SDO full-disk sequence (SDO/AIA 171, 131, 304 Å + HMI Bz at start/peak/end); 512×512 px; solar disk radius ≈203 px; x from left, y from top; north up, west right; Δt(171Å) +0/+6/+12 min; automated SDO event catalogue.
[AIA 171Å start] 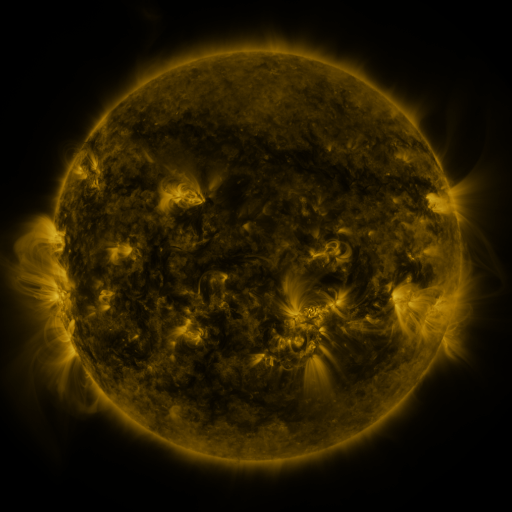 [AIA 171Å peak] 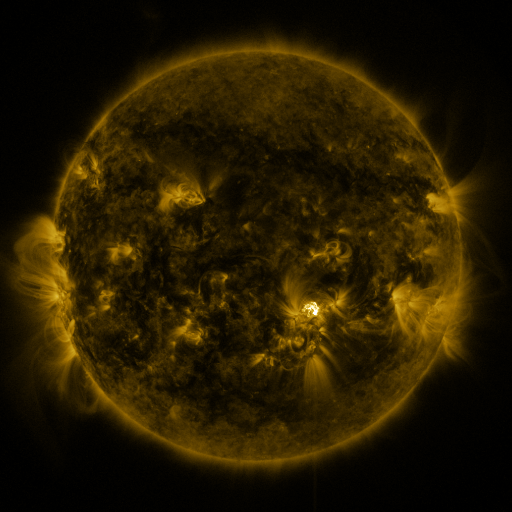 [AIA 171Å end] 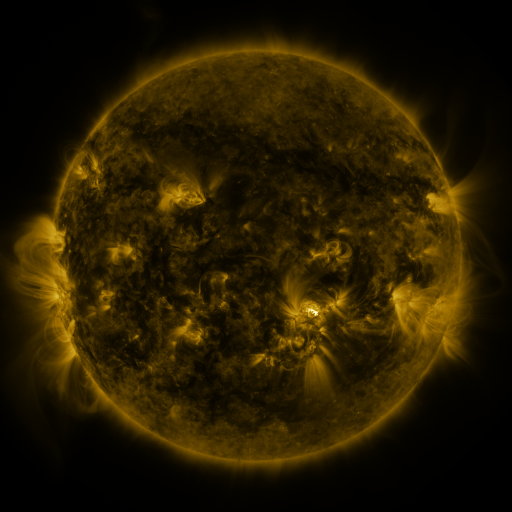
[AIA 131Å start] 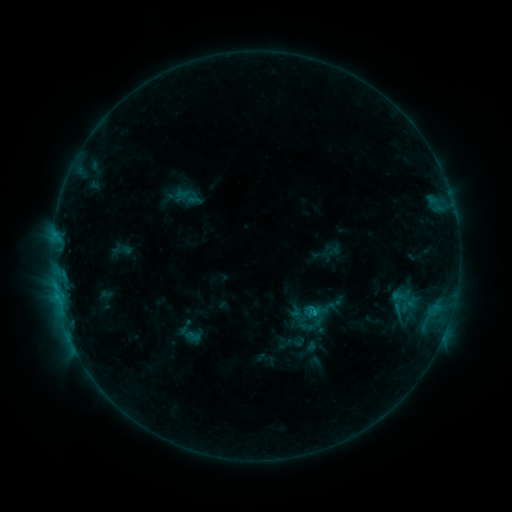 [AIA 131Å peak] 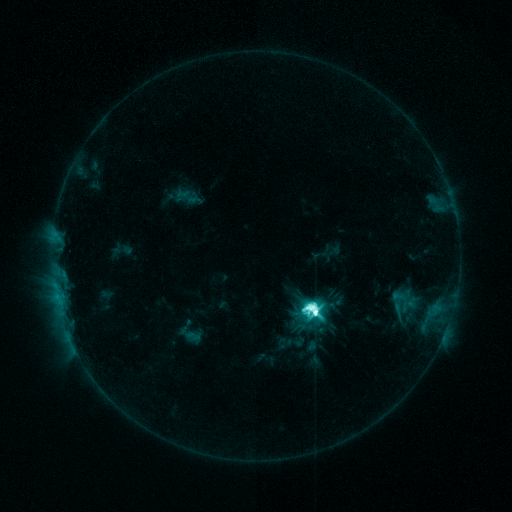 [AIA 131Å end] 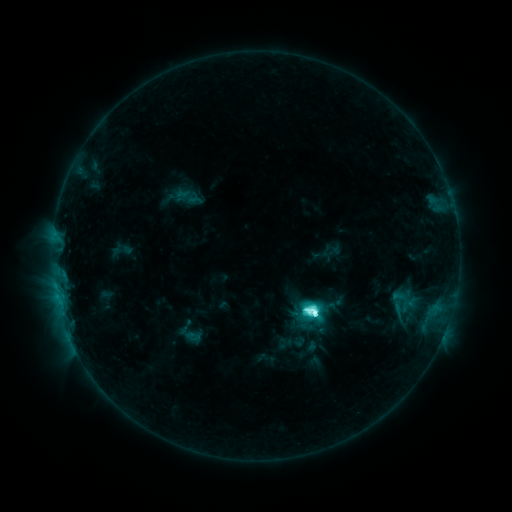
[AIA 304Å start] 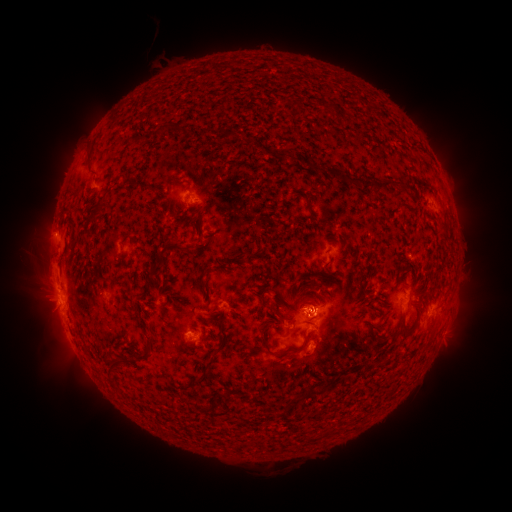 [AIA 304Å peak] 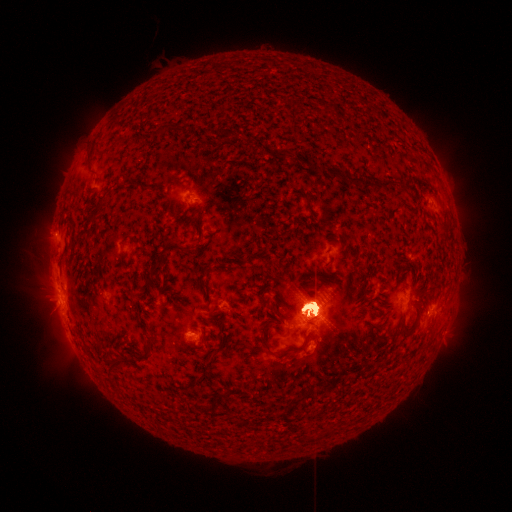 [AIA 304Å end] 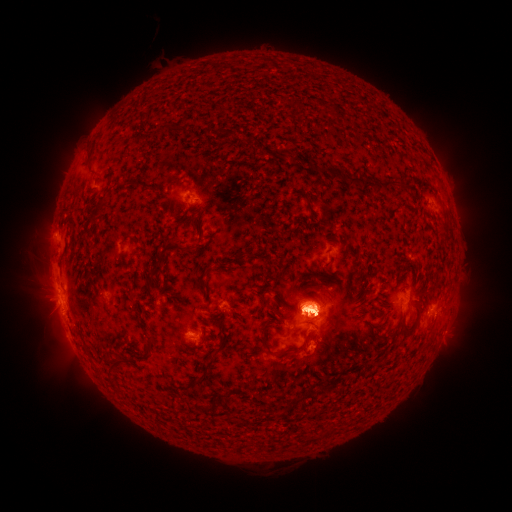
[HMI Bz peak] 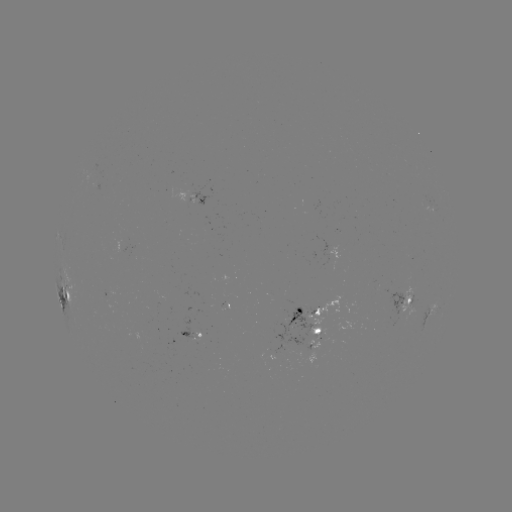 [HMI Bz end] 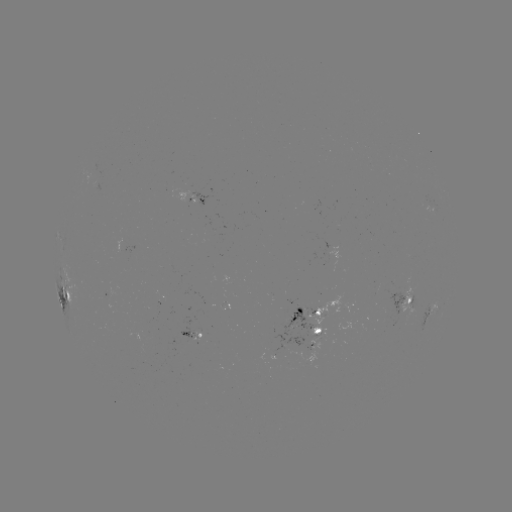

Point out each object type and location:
eruption: (52, 246)
